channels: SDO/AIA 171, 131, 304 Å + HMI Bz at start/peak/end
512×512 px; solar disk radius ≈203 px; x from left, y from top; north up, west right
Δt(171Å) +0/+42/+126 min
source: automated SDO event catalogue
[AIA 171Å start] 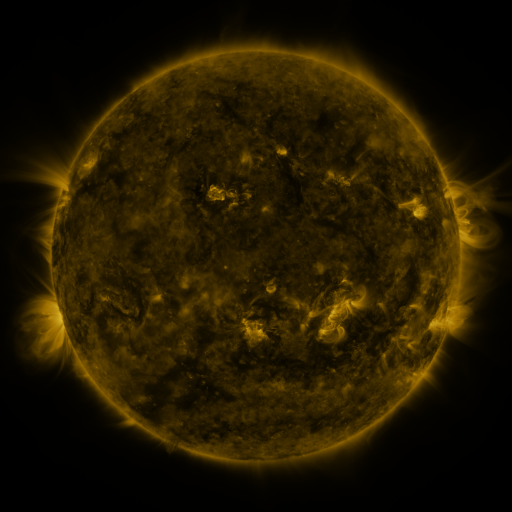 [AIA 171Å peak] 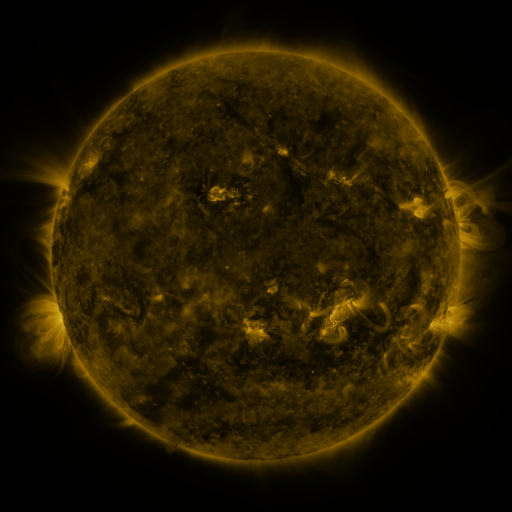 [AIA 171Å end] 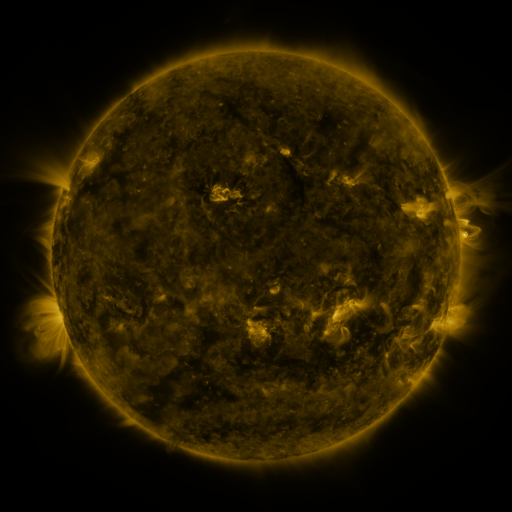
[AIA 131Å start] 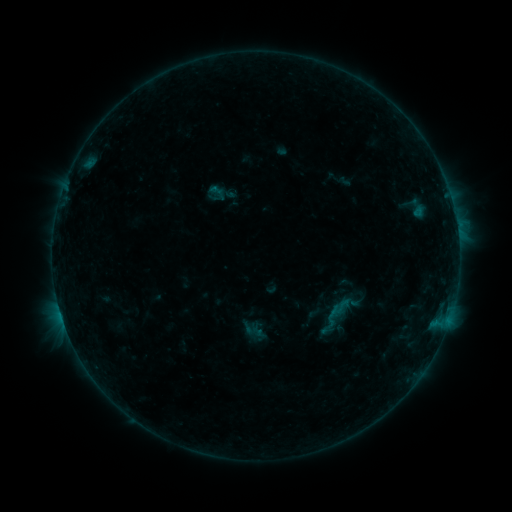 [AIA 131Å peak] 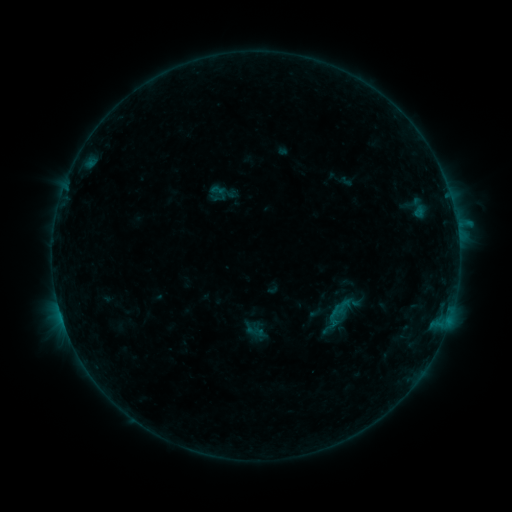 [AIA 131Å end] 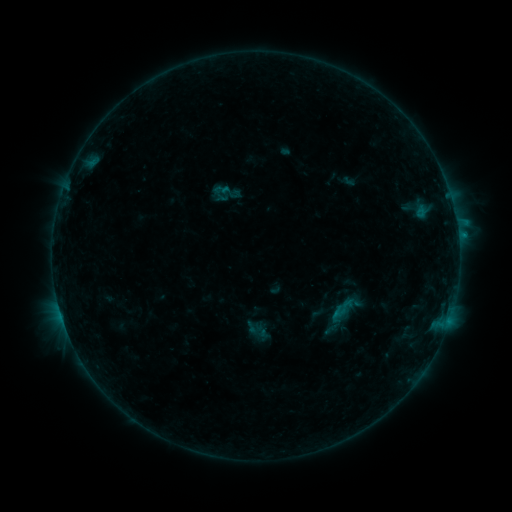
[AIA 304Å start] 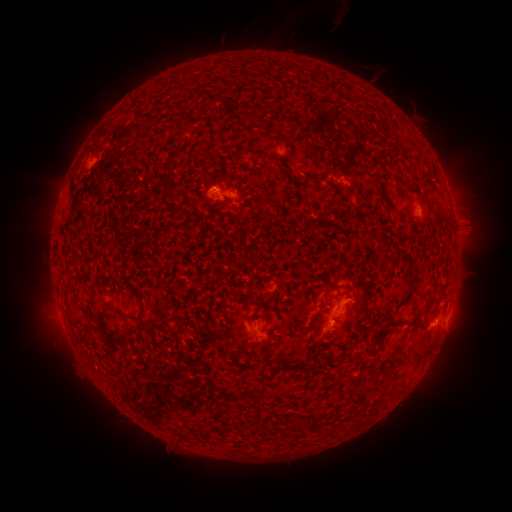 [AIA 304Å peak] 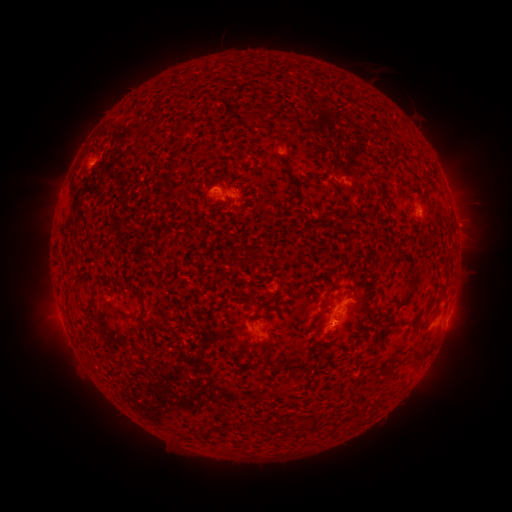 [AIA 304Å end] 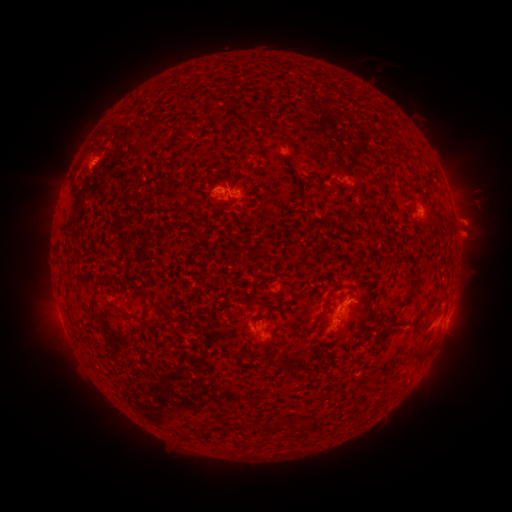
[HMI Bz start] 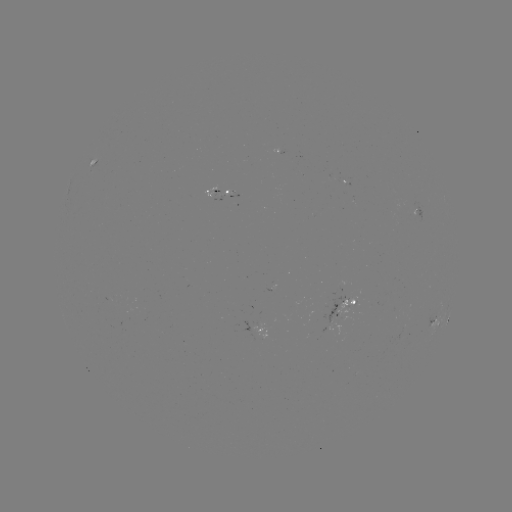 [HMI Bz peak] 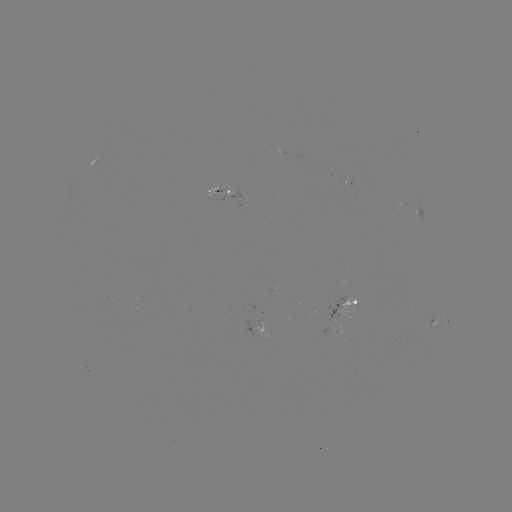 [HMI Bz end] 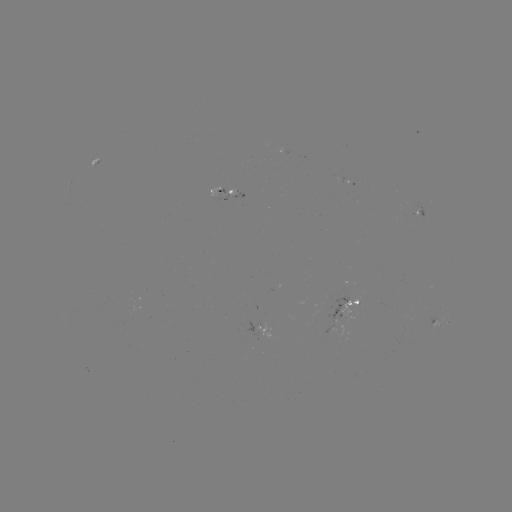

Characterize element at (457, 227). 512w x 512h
B5.7 flare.